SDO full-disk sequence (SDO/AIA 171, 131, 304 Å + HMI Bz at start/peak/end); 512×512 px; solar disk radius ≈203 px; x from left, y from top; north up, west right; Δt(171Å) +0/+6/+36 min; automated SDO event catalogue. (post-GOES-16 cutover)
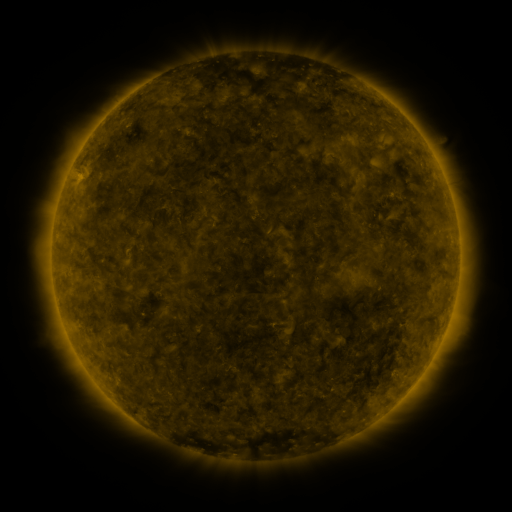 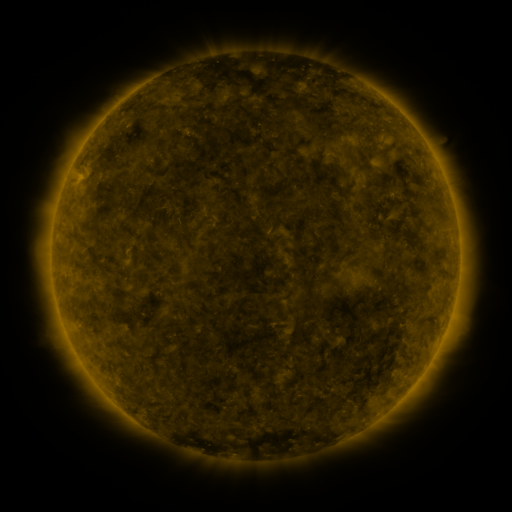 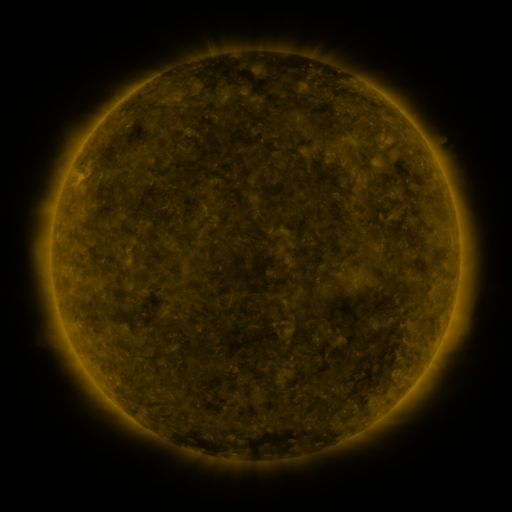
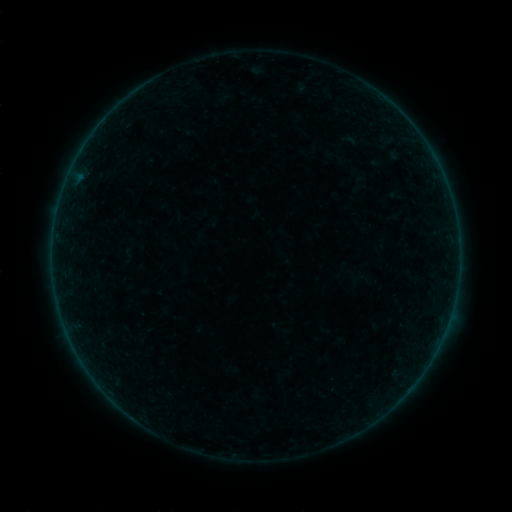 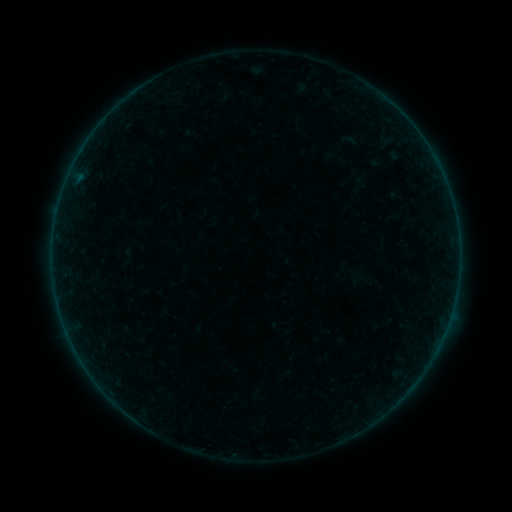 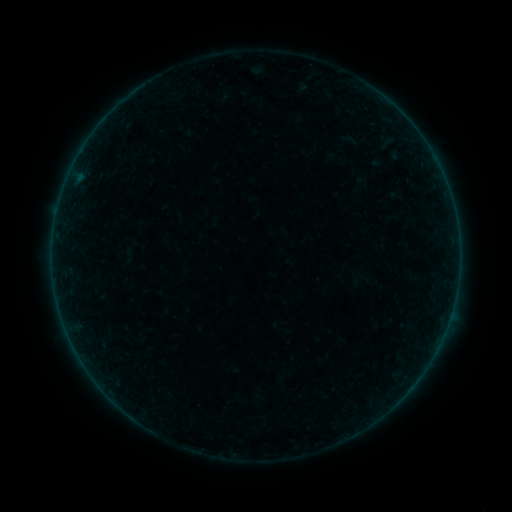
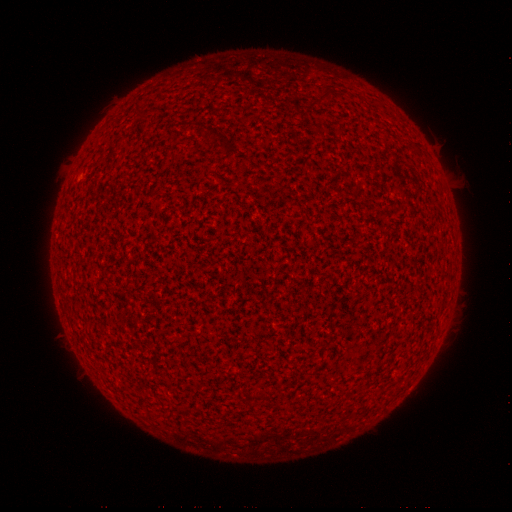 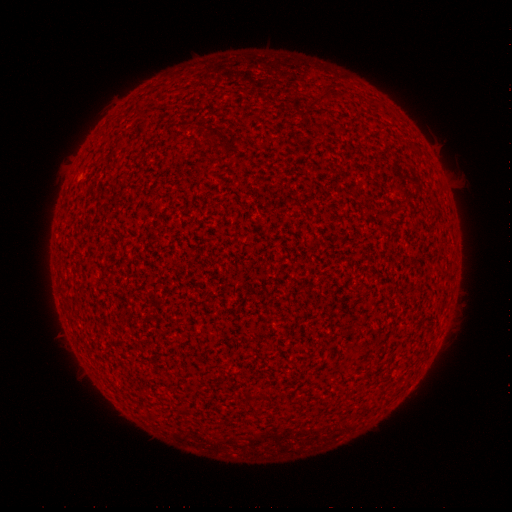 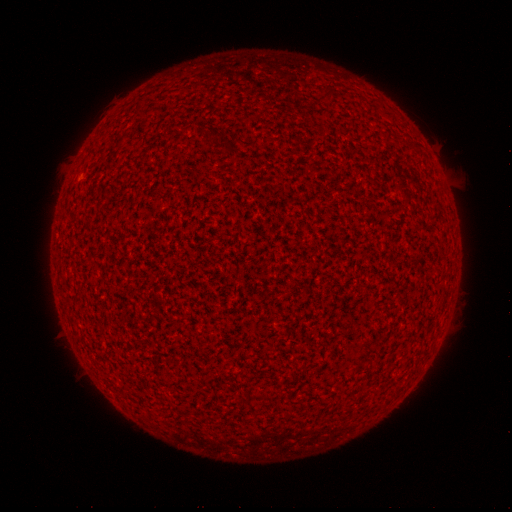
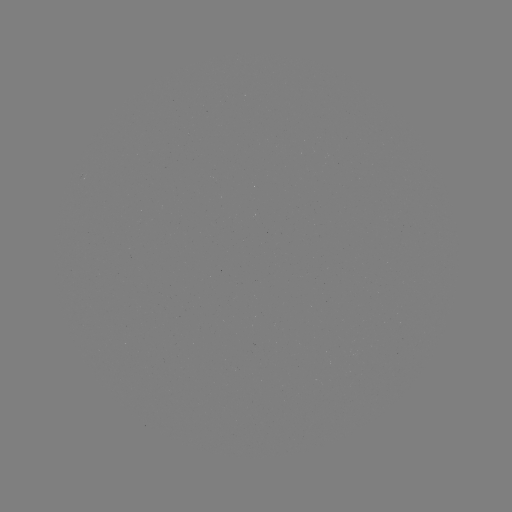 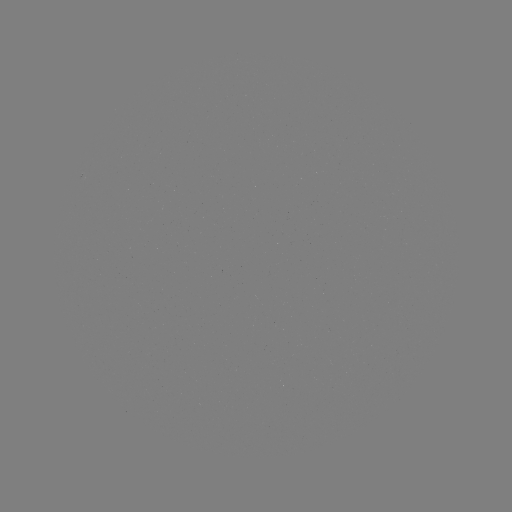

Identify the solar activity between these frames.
A9.5 flare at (411, 386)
